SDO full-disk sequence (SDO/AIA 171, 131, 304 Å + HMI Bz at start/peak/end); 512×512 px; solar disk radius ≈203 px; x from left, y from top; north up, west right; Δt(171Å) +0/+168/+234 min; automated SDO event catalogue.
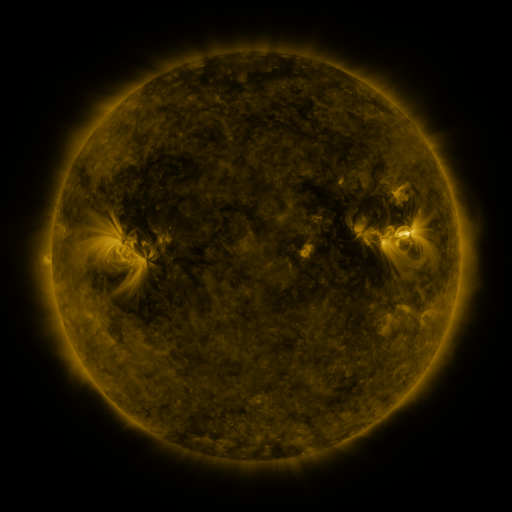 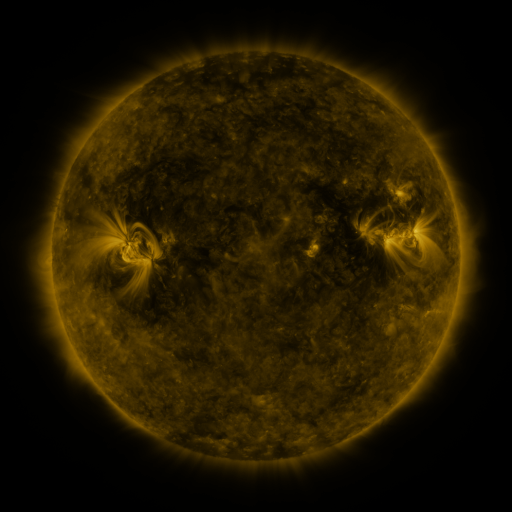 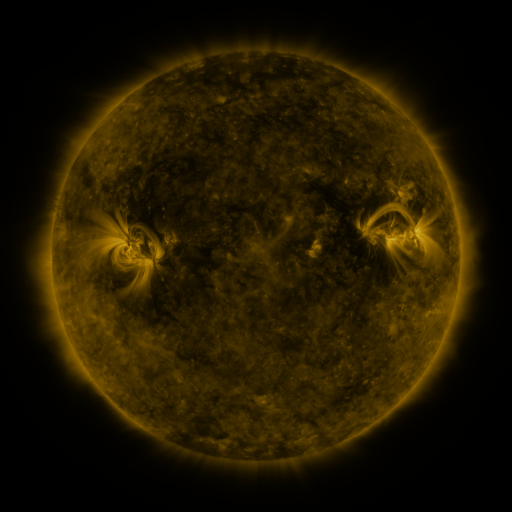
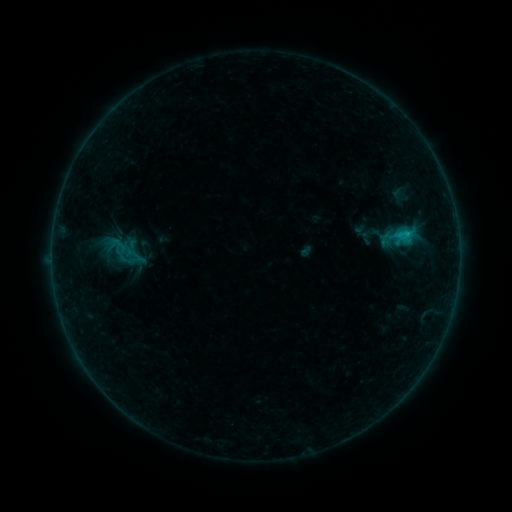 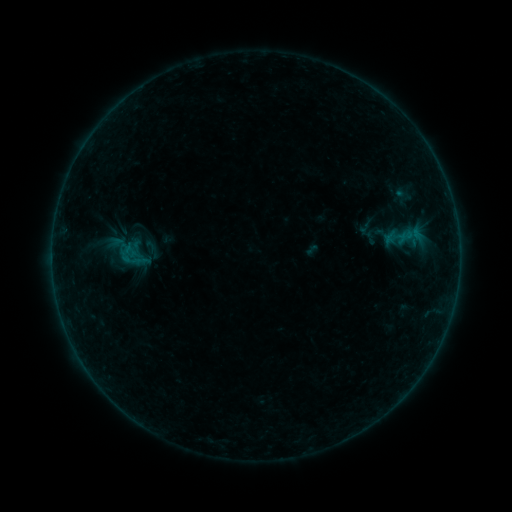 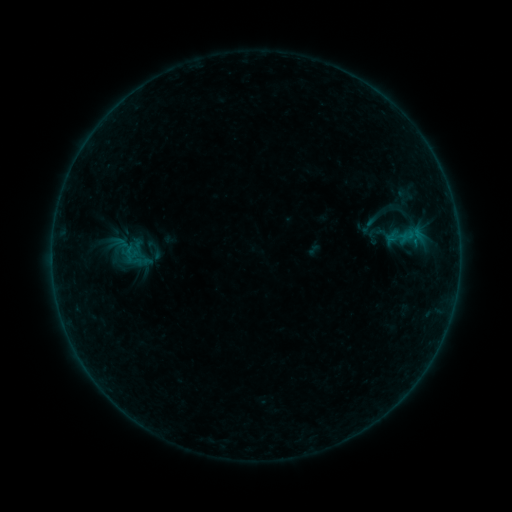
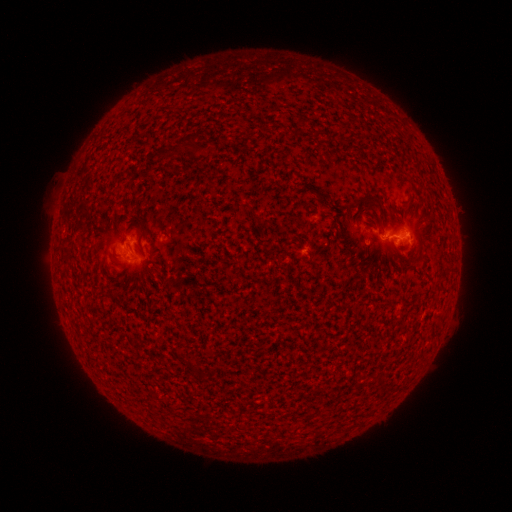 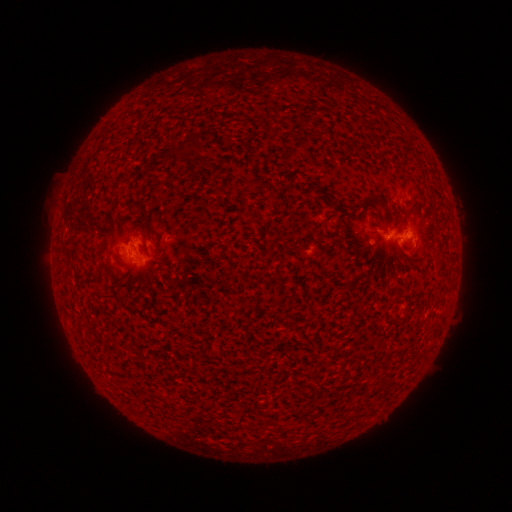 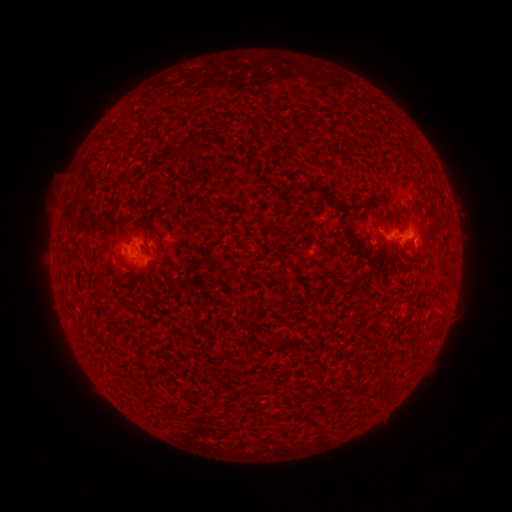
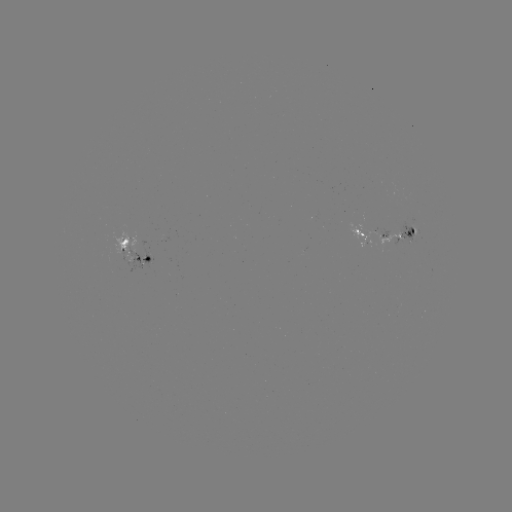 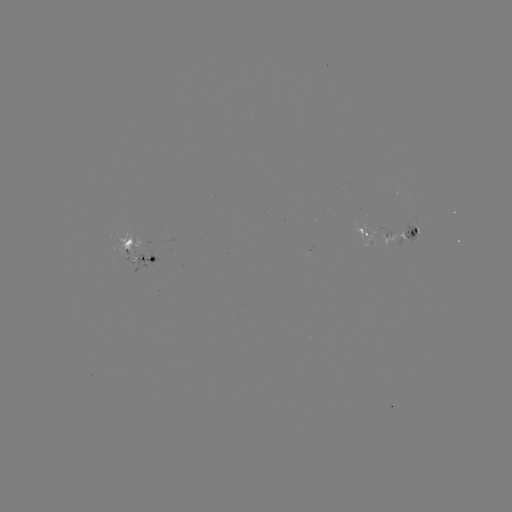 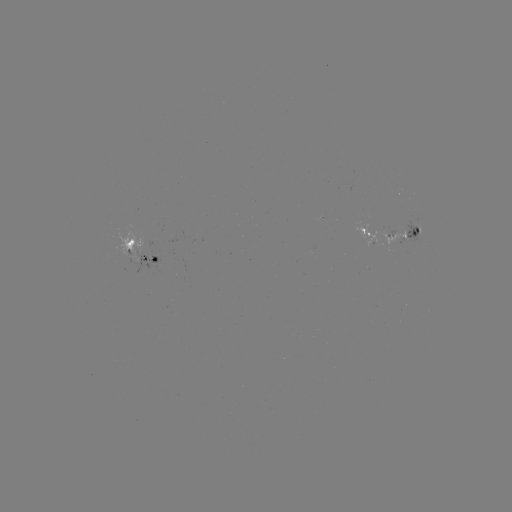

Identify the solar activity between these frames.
emerging-flux region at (412, 237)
